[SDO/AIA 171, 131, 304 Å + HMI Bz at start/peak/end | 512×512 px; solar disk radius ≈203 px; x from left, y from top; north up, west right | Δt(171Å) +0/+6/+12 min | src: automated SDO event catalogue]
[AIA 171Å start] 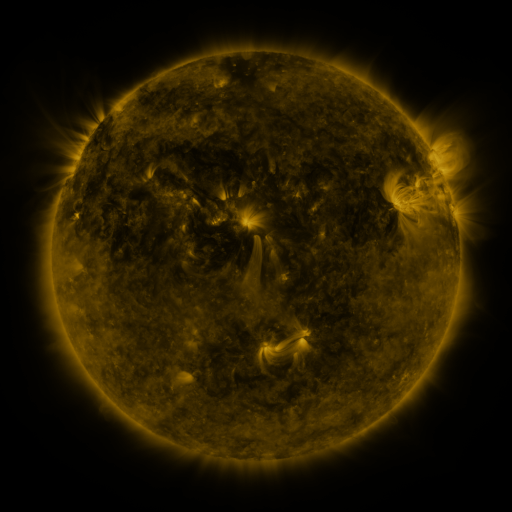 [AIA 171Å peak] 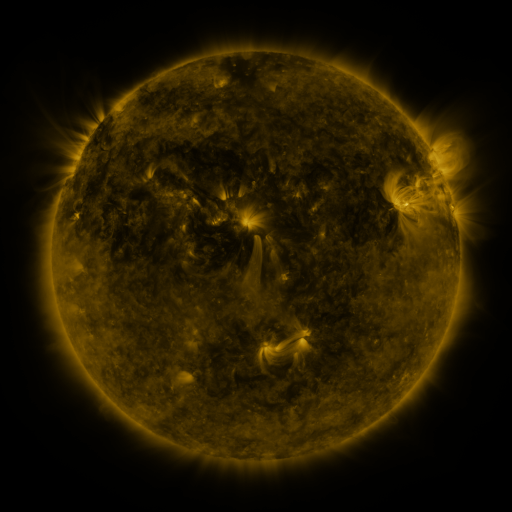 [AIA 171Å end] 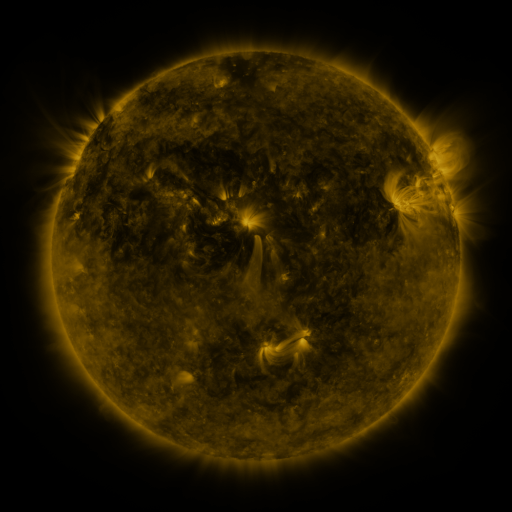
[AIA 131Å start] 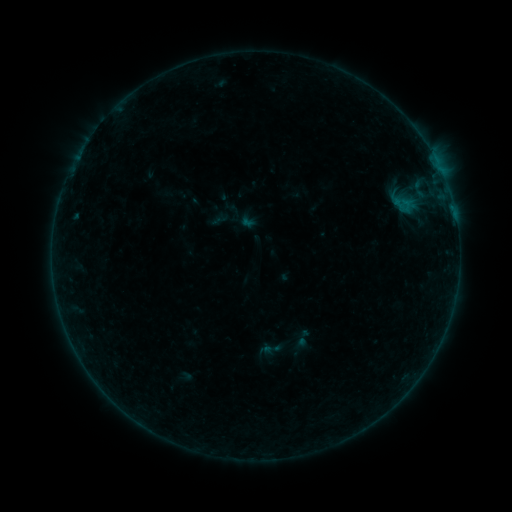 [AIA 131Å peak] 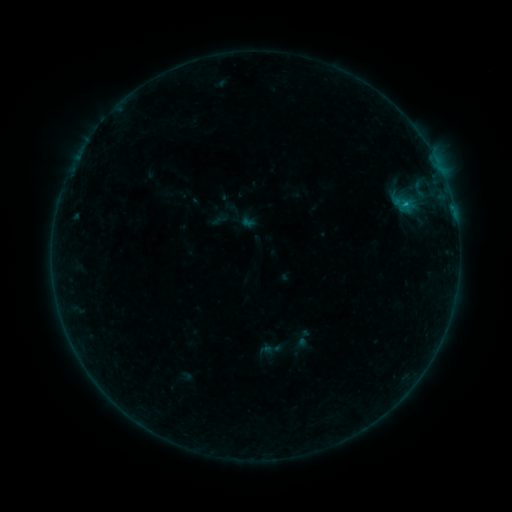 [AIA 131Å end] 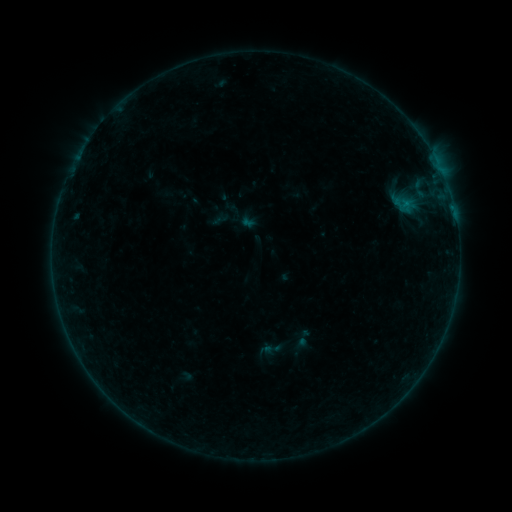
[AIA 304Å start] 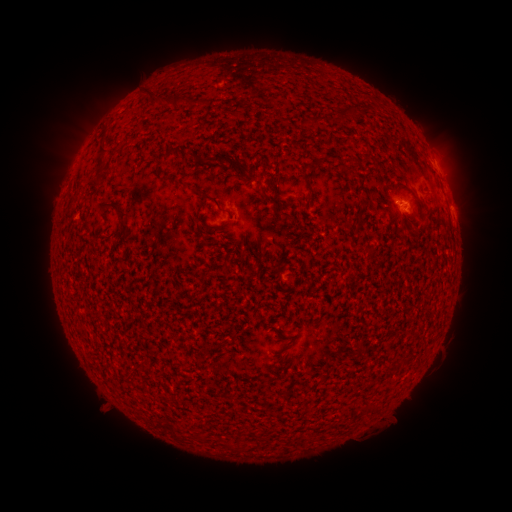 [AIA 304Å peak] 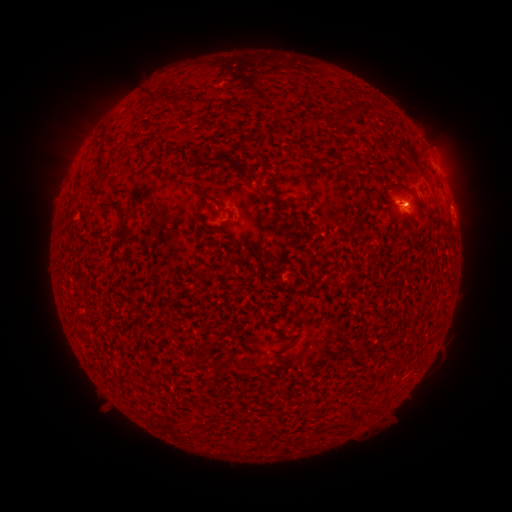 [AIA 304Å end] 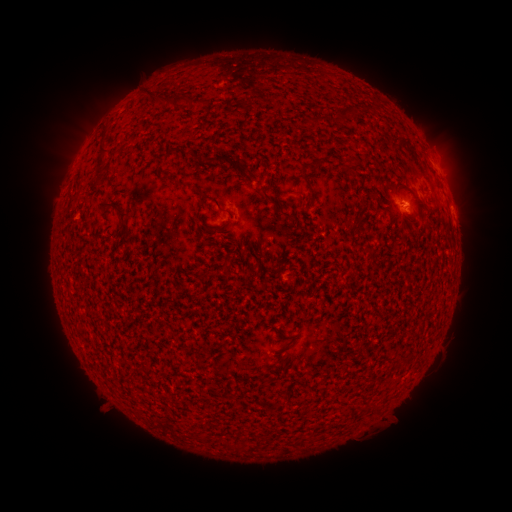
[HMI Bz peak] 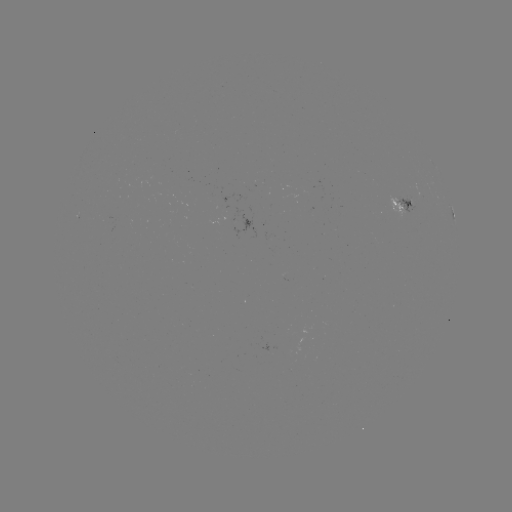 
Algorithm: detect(B2.4 flare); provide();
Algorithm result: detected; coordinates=(405, 205)